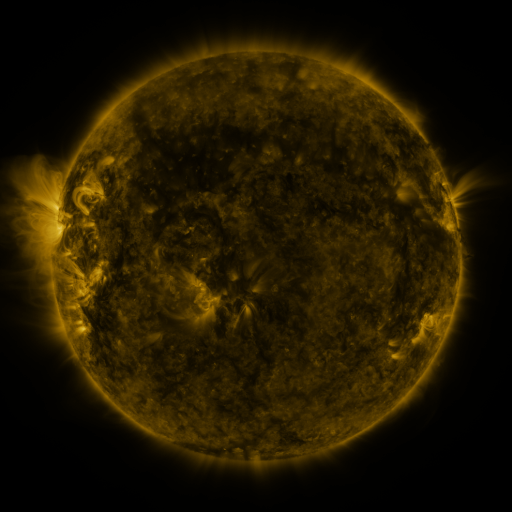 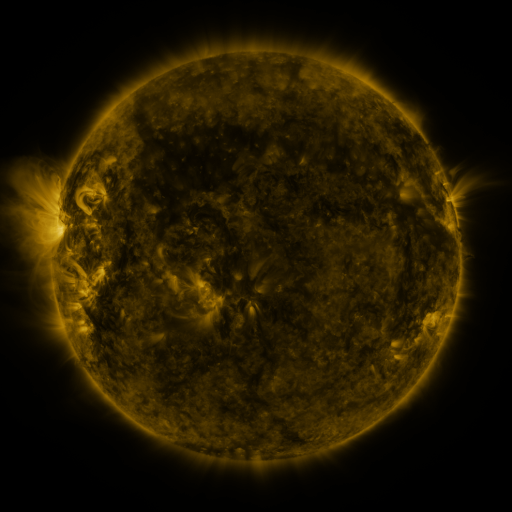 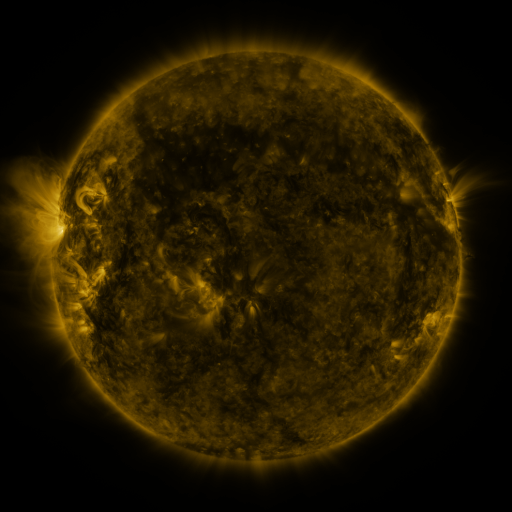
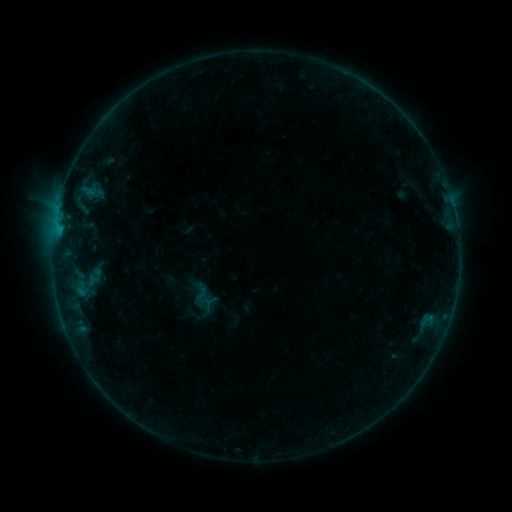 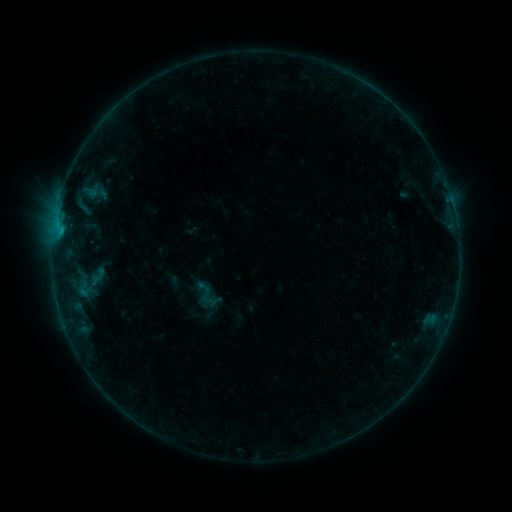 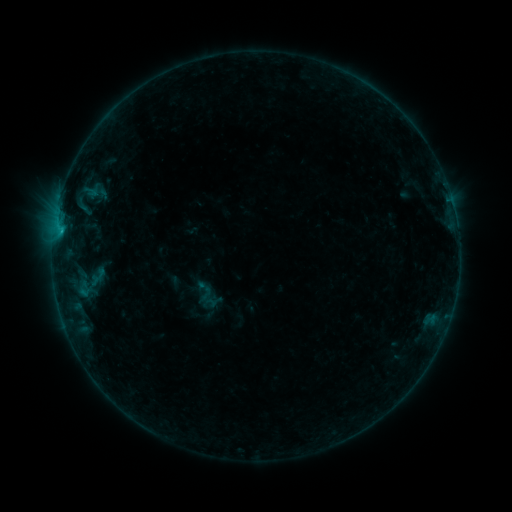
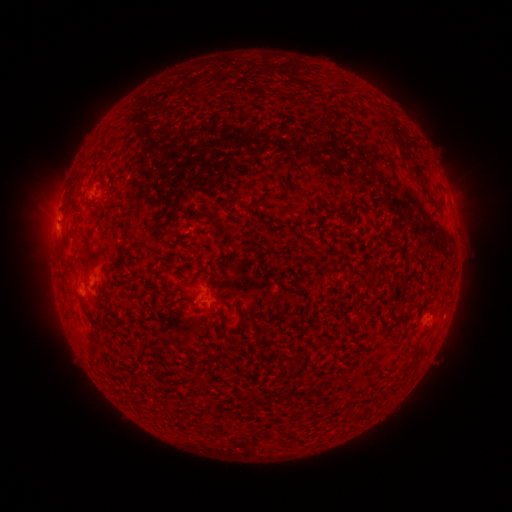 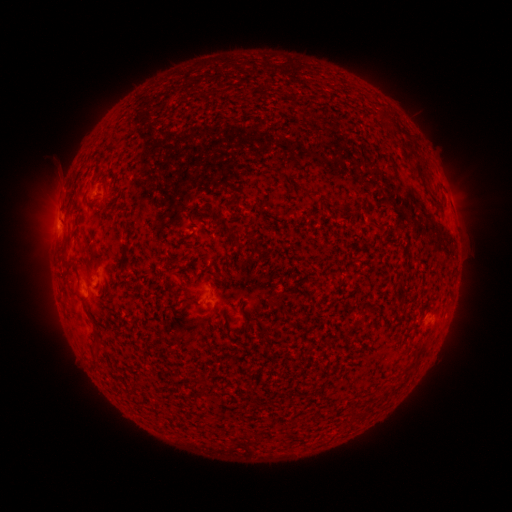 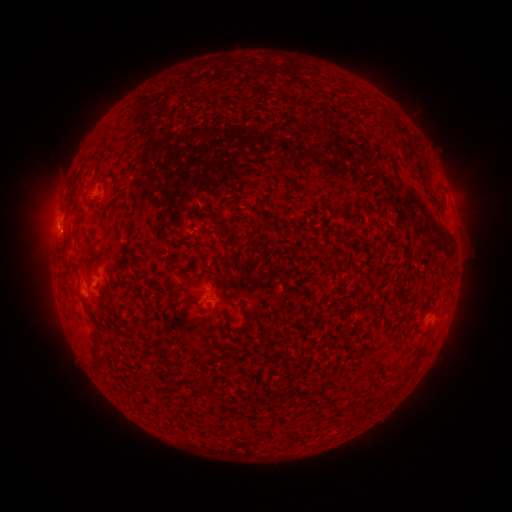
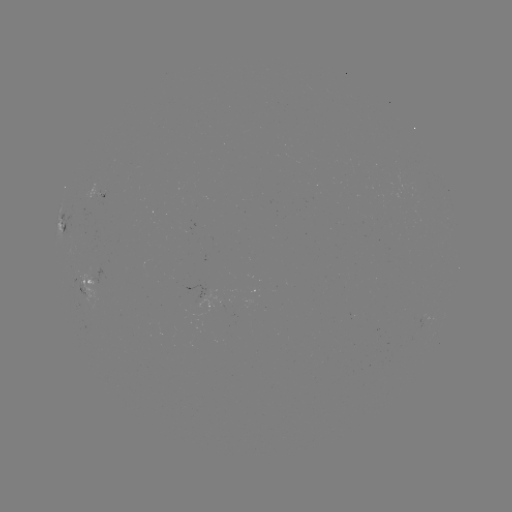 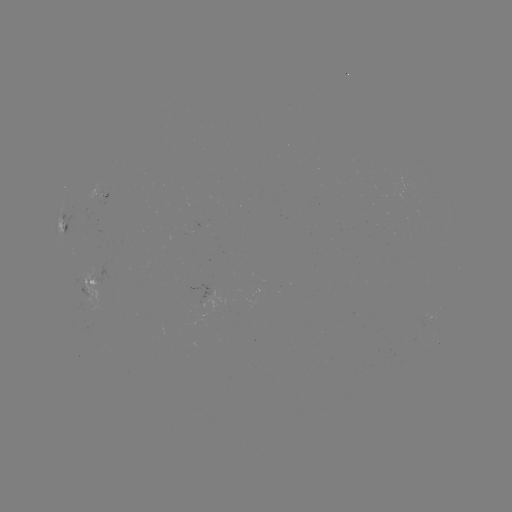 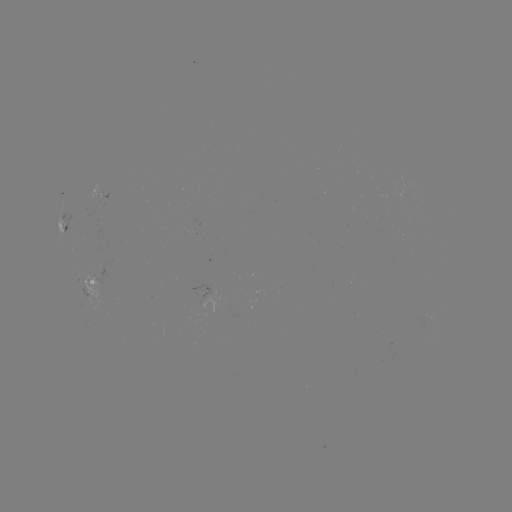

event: emerging-flux region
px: (100, 196)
